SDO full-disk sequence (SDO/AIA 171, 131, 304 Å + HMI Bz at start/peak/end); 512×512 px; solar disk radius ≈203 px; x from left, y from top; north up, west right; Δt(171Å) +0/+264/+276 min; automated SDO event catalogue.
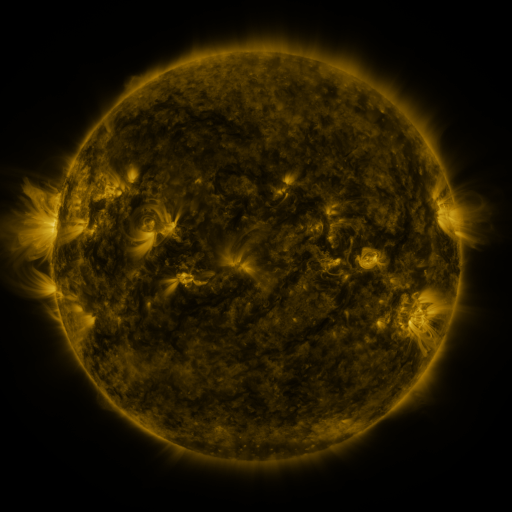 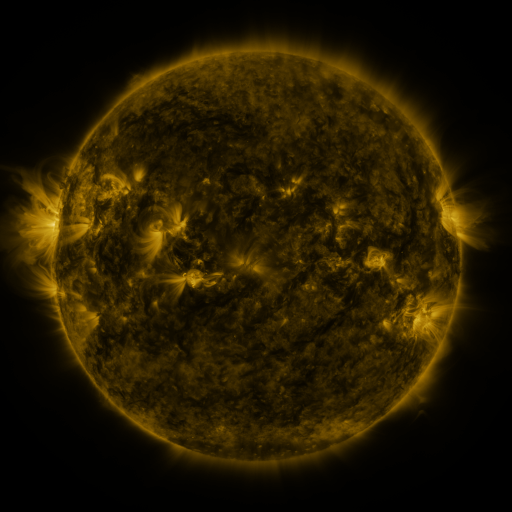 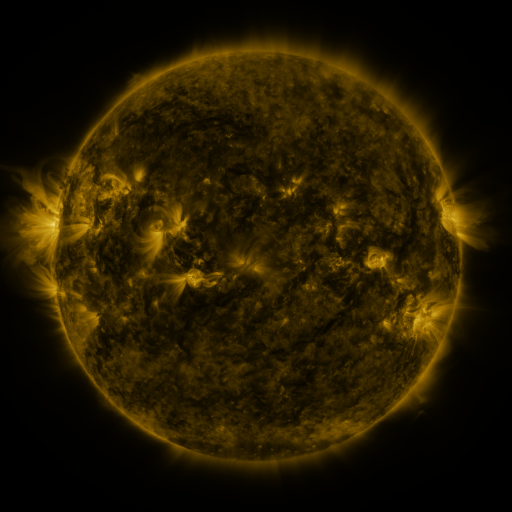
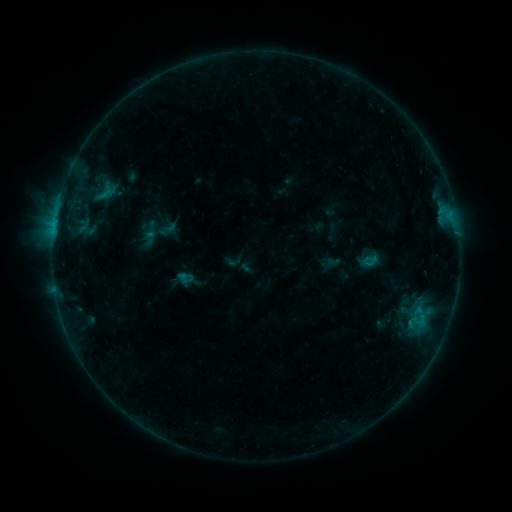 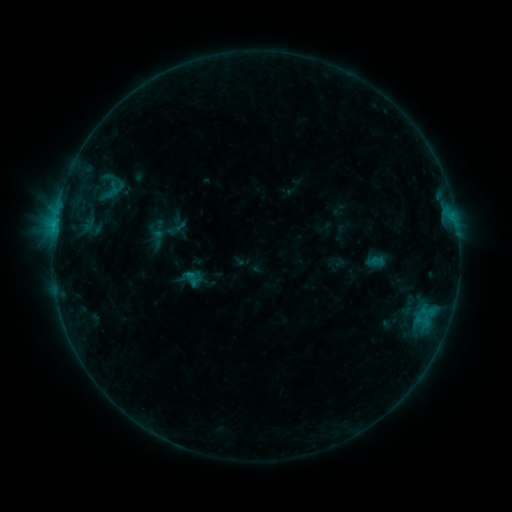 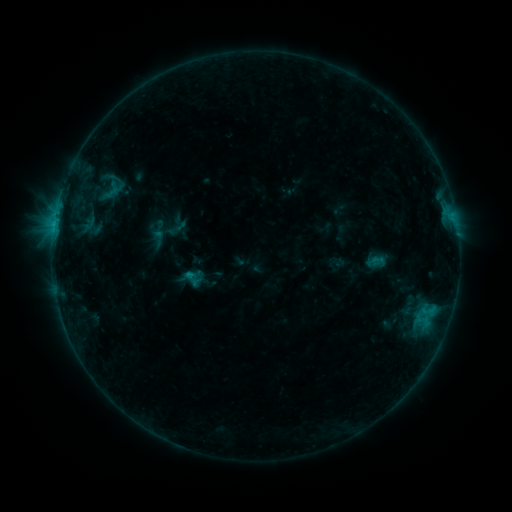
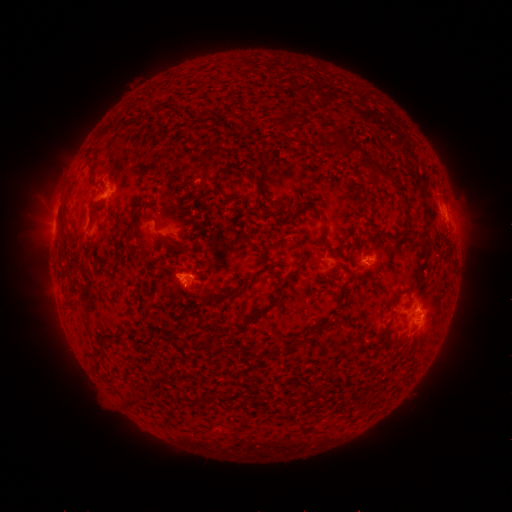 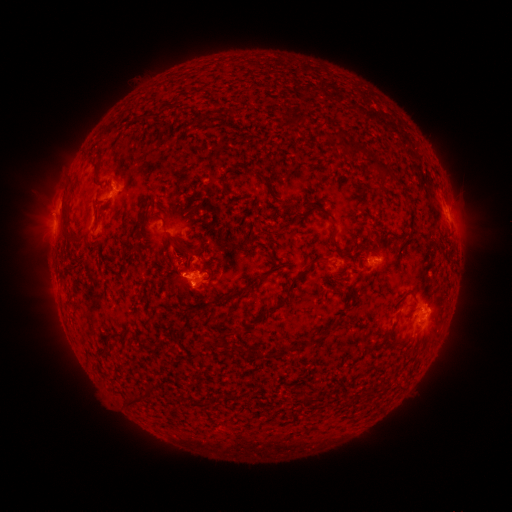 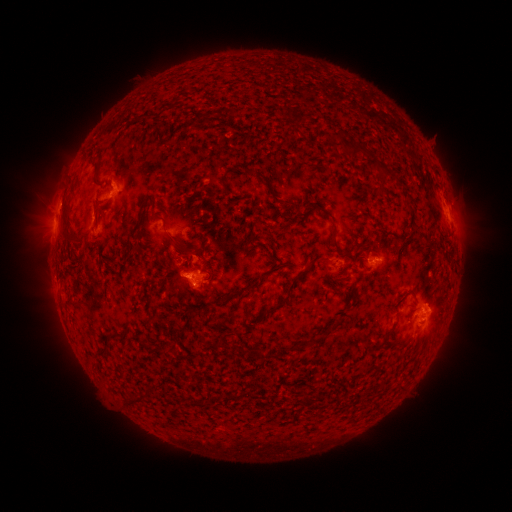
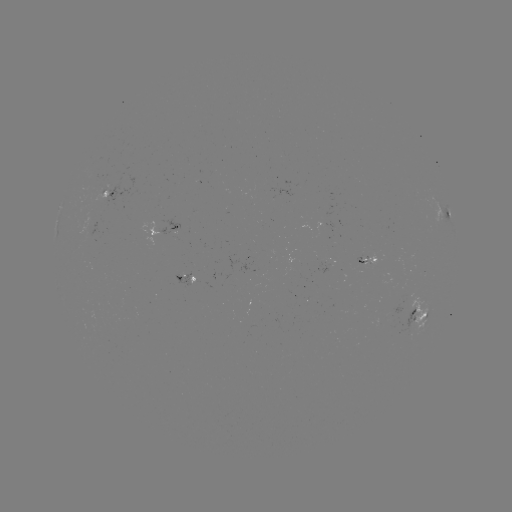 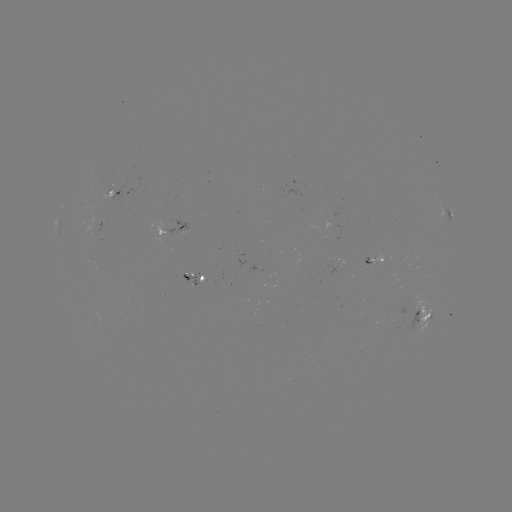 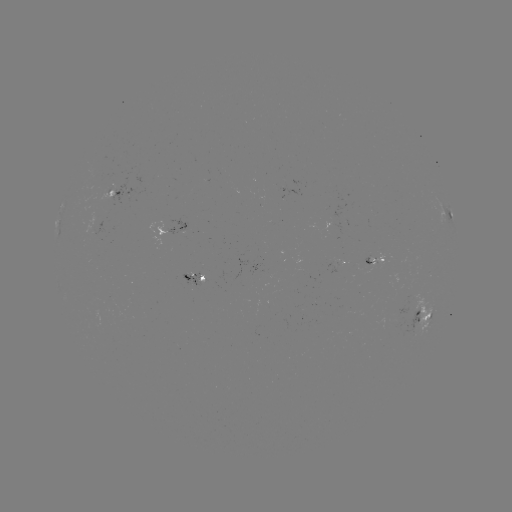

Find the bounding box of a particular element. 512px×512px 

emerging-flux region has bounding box [181, 273, 200, 286].